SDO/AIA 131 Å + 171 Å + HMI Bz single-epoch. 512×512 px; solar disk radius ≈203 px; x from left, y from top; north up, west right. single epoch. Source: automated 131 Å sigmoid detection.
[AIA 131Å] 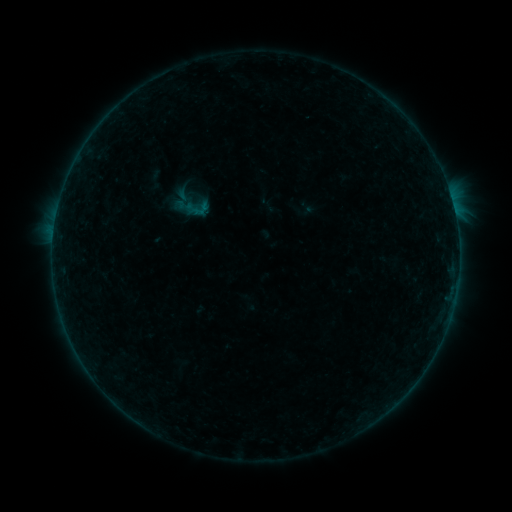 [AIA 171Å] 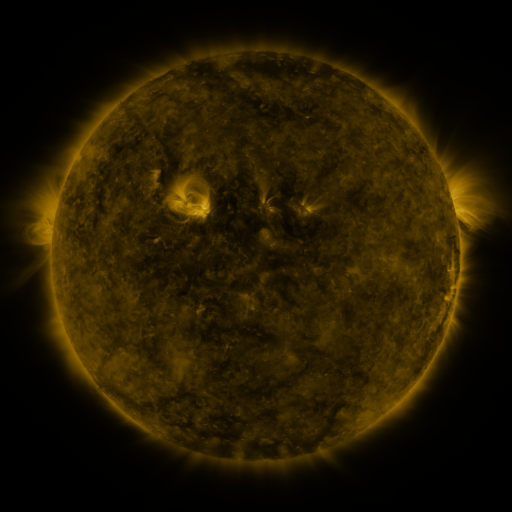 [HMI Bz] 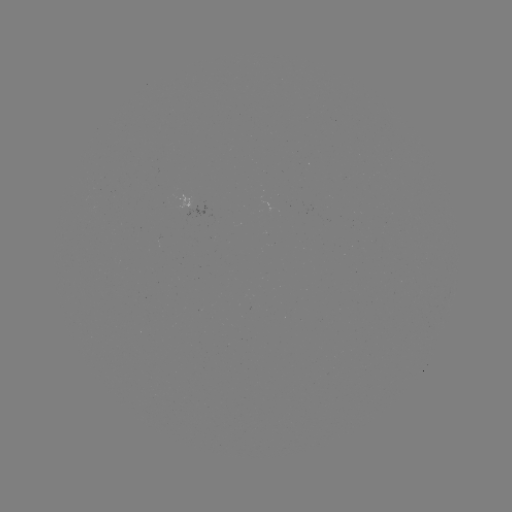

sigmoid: <bbox>184, 195, 210, 221</bbox>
